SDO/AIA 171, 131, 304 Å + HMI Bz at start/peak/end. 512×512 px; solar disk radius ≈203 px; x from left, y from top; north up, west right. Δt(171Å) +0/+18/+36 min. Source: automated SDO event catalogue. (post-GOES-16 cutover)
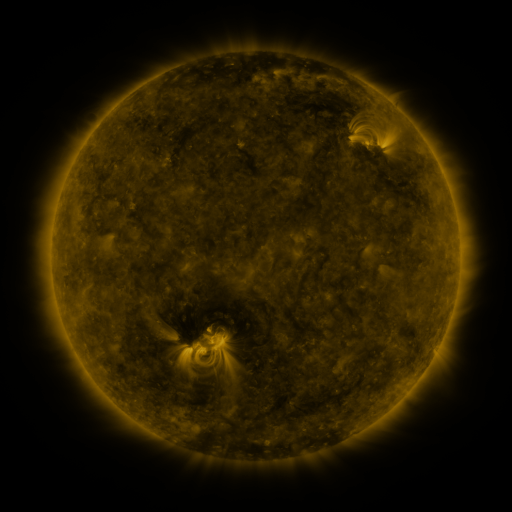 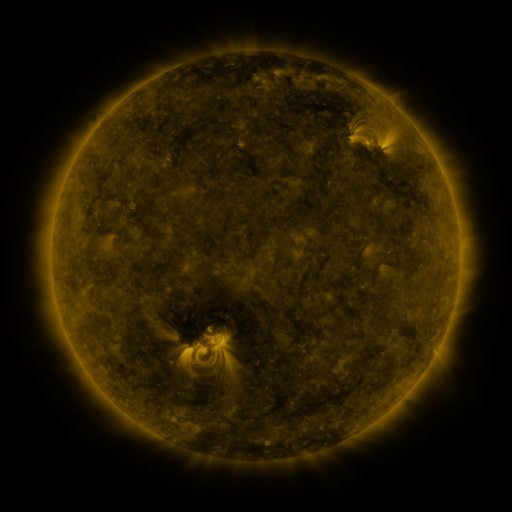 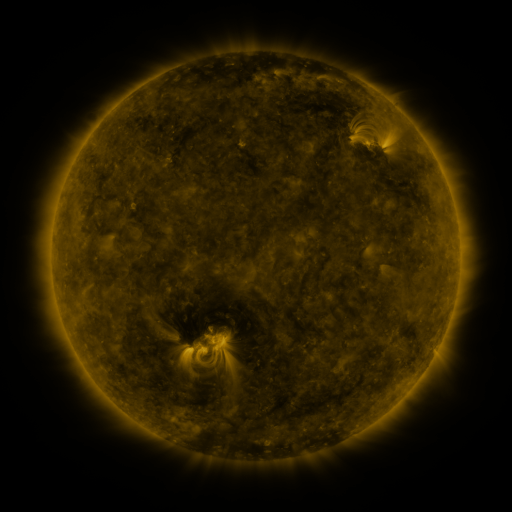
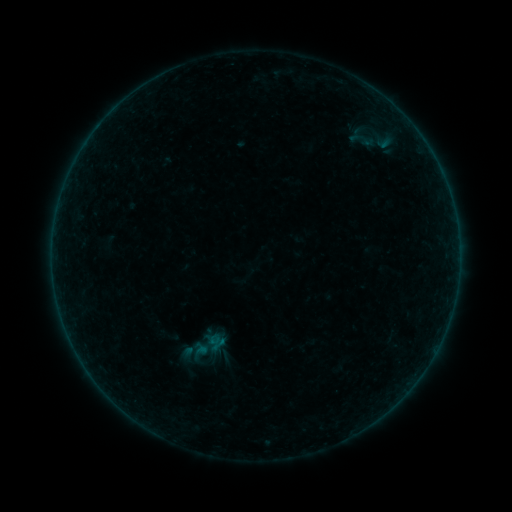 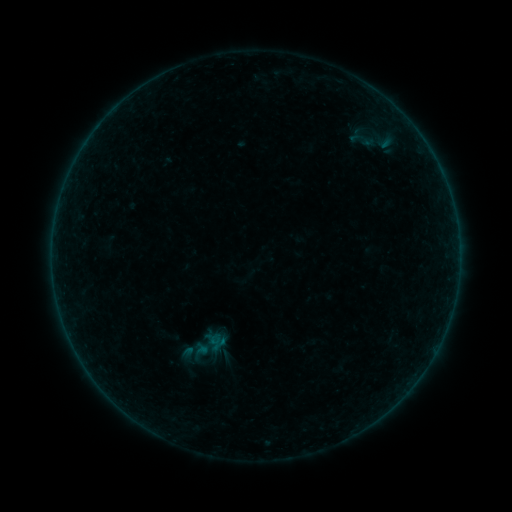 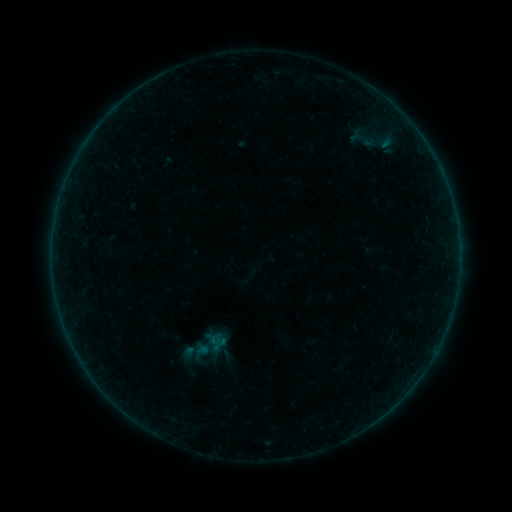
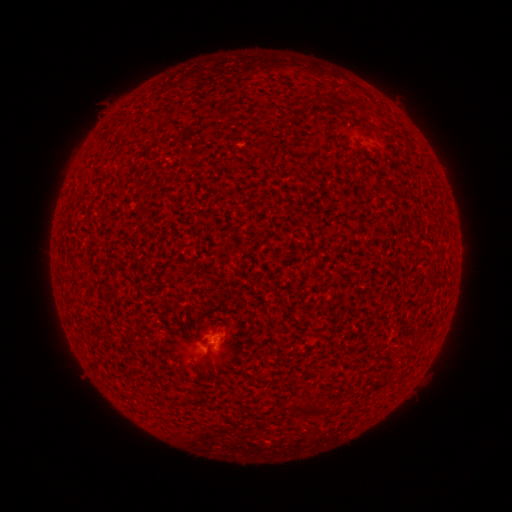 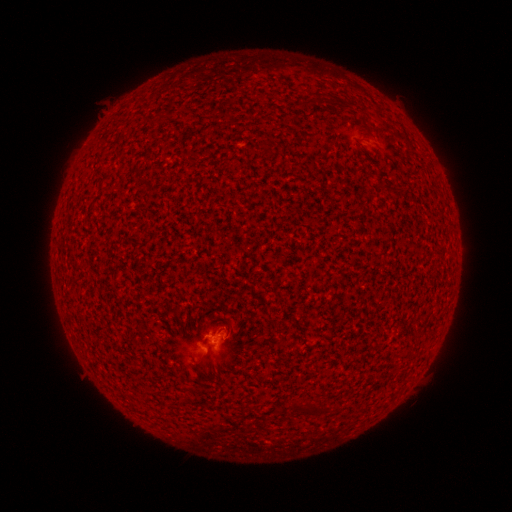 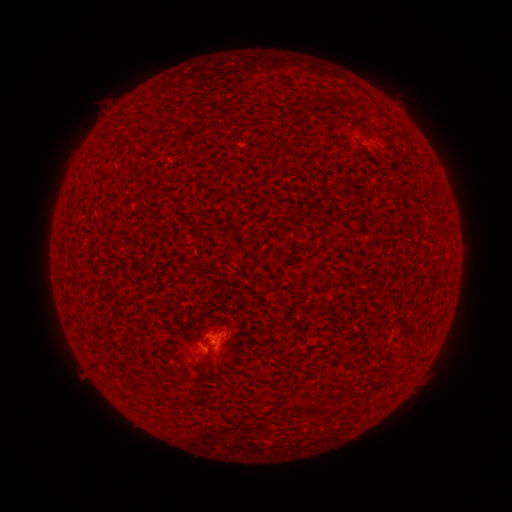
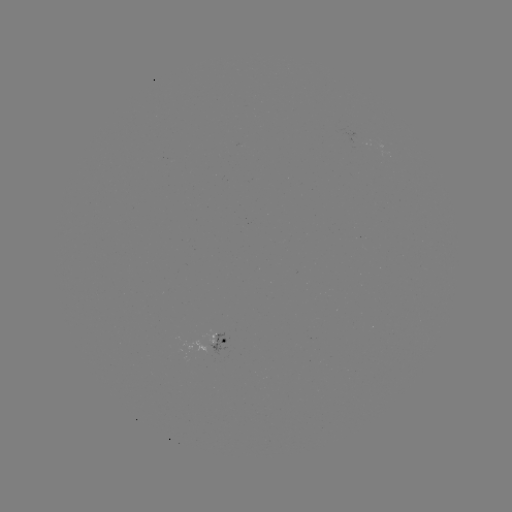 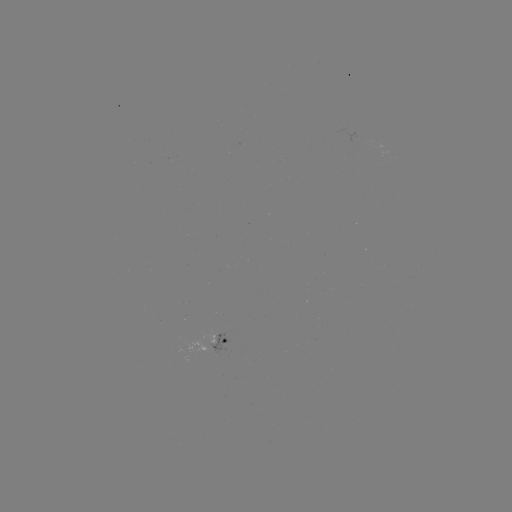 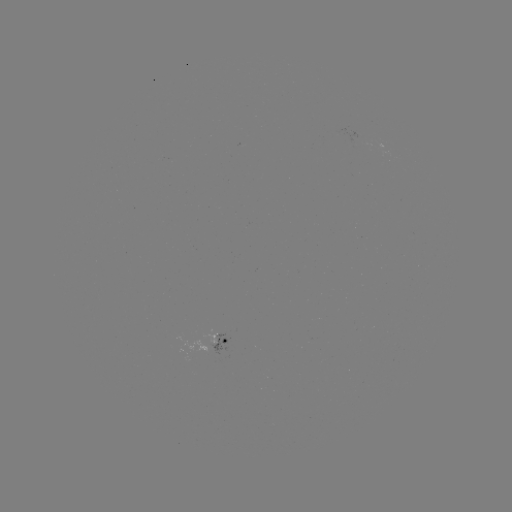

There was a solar flare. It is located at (210, 333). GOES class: A8.3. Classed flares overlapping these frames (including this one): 2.